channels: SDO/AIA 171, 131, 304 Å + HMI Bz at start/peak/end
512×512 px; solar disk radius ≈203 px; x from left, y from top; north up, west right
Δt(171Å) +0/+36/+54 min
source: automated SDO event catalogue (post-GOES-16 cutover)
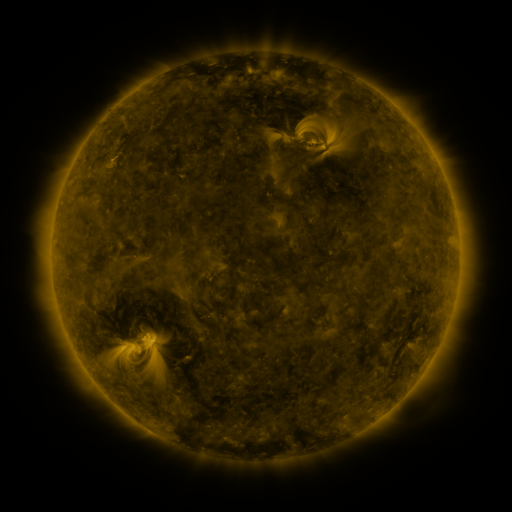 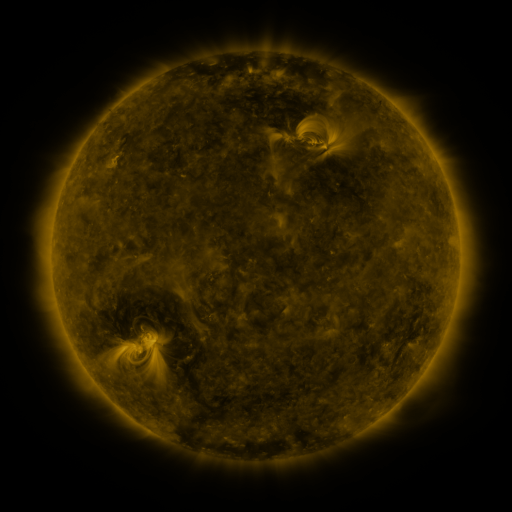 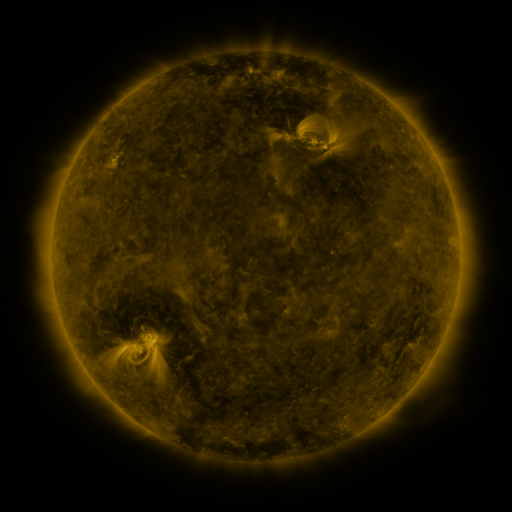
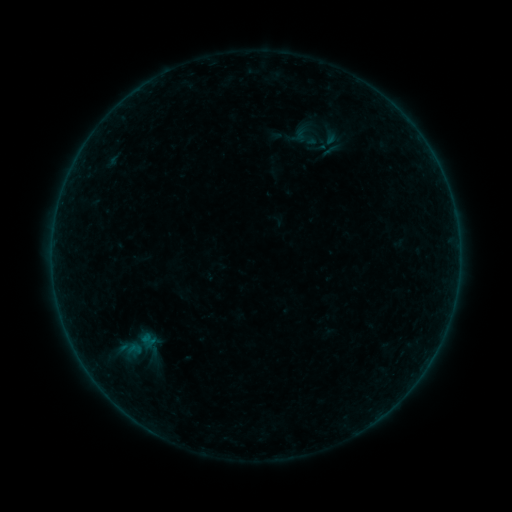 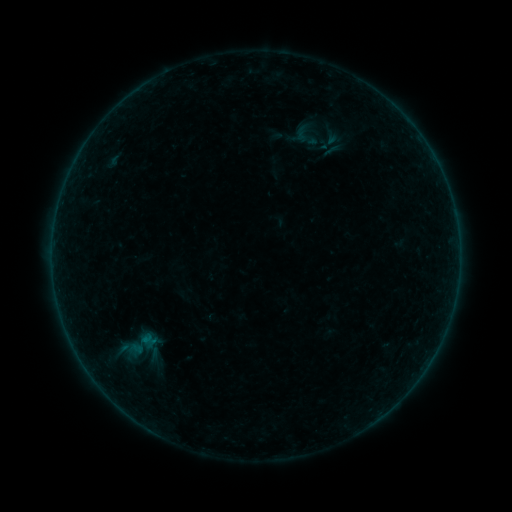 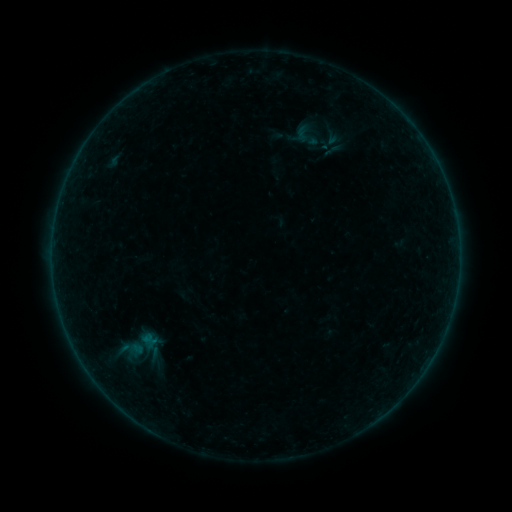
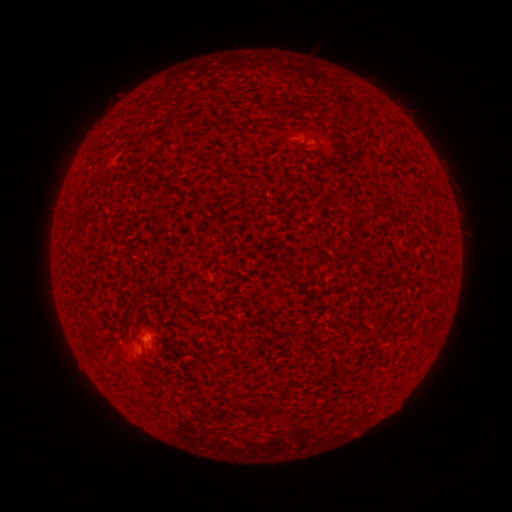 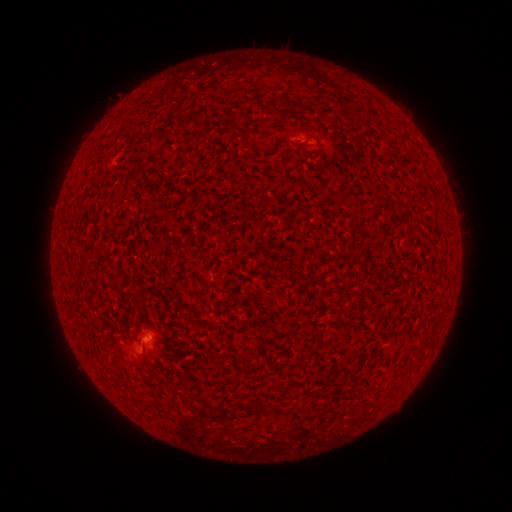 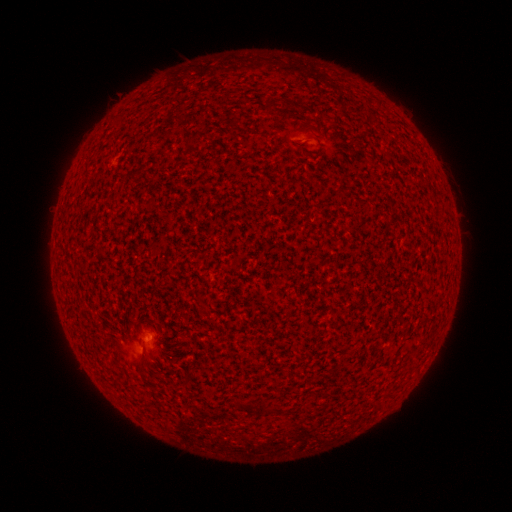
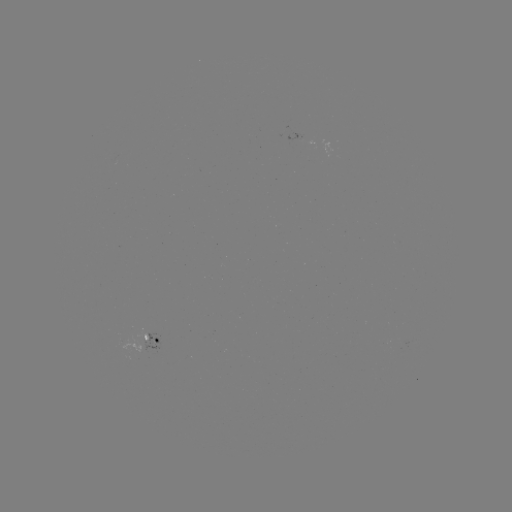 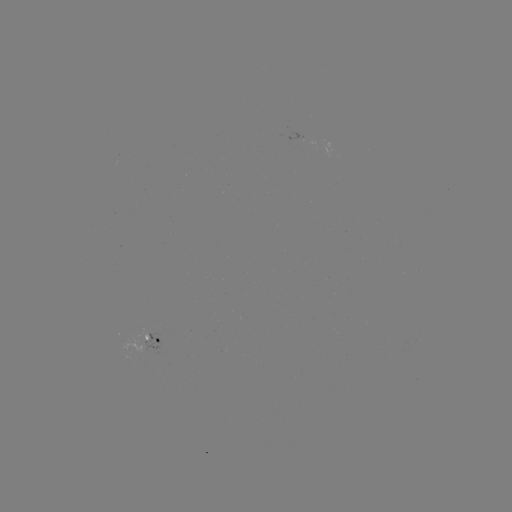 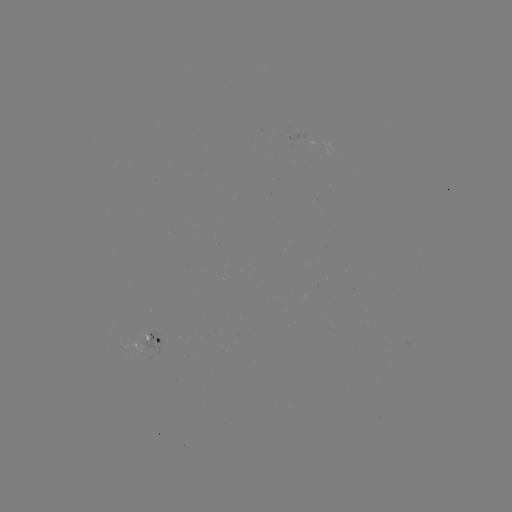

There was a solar flare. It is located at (143, 339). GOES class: B1.2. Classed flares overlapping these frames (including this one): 1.